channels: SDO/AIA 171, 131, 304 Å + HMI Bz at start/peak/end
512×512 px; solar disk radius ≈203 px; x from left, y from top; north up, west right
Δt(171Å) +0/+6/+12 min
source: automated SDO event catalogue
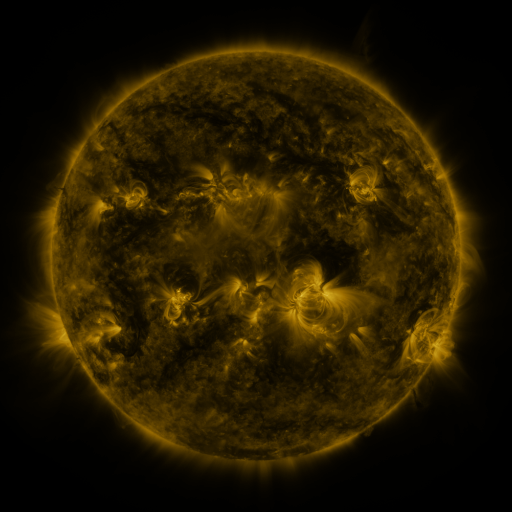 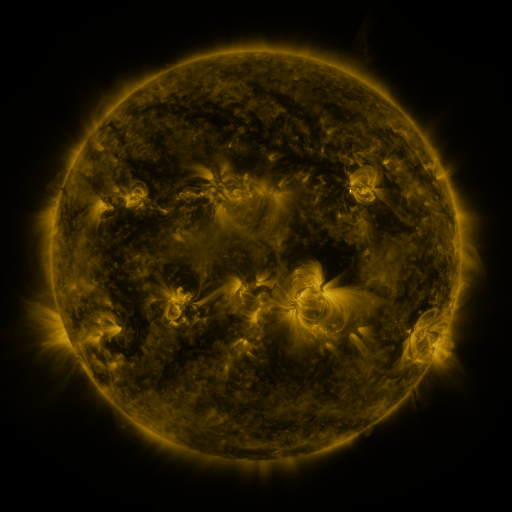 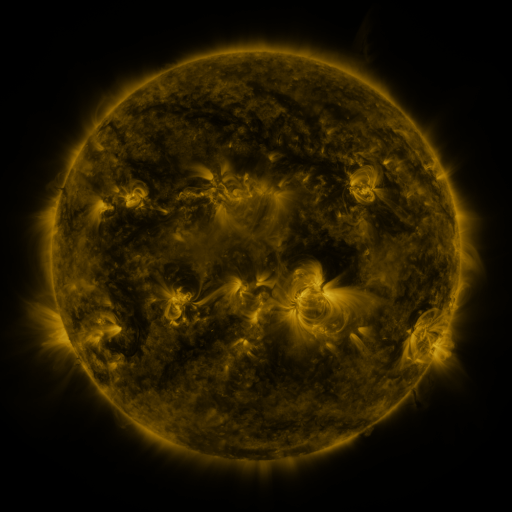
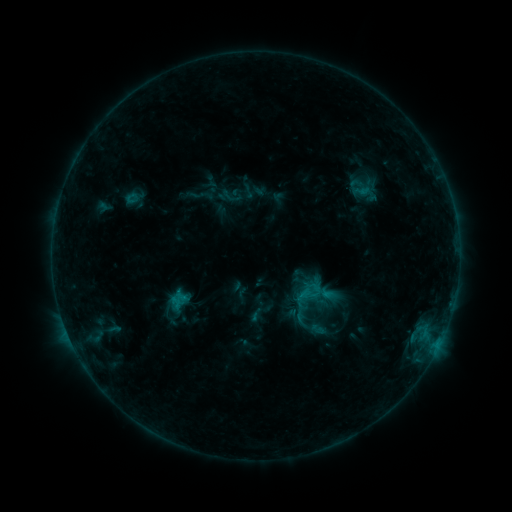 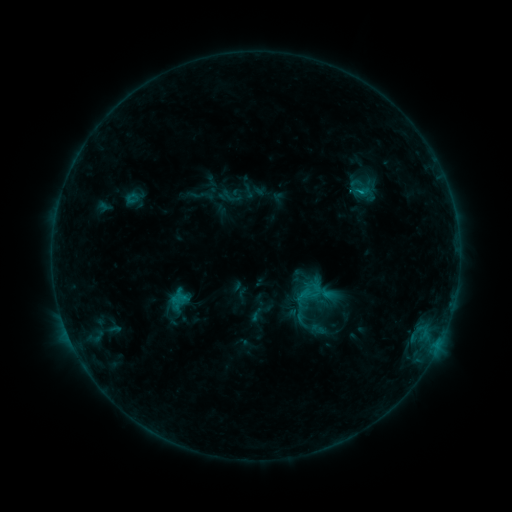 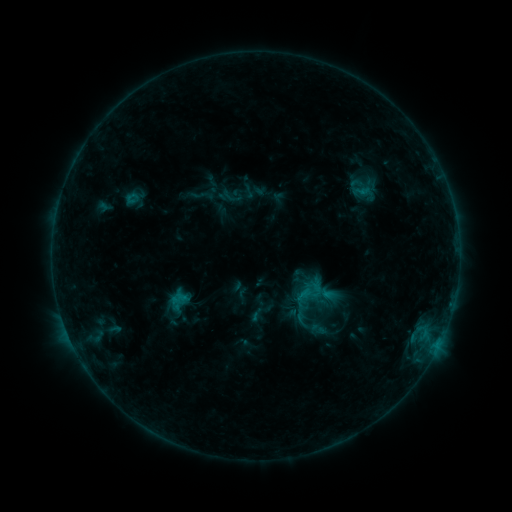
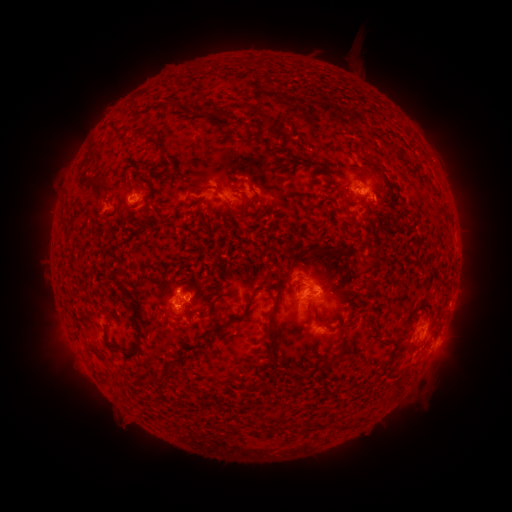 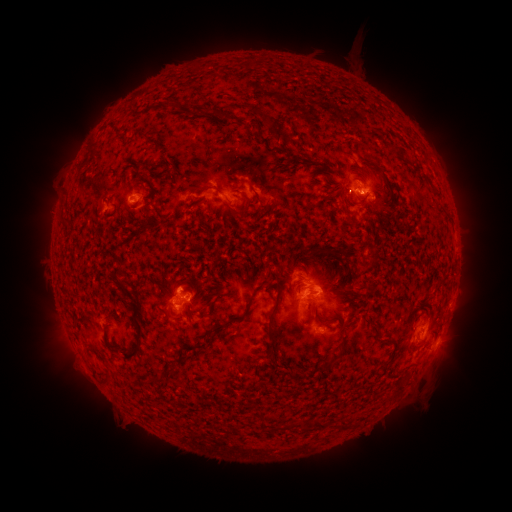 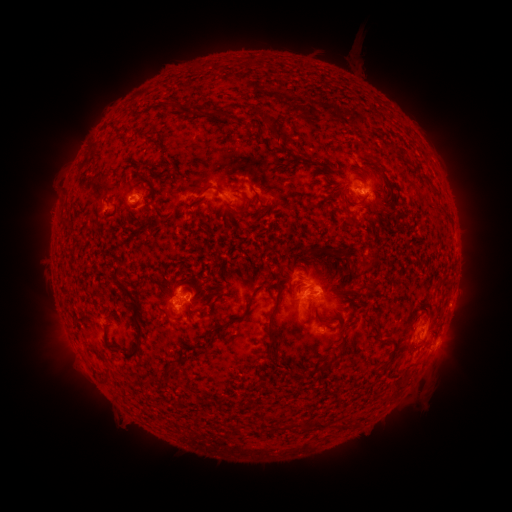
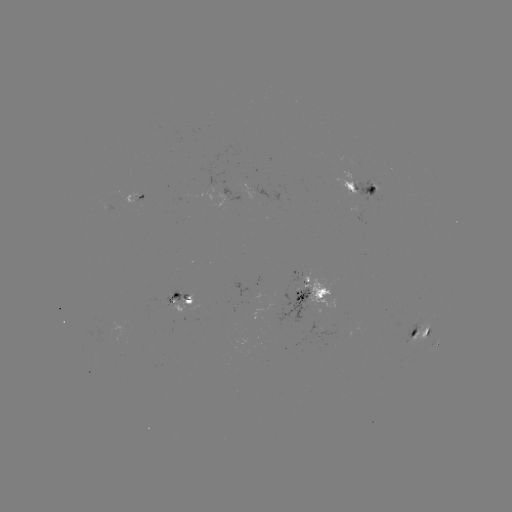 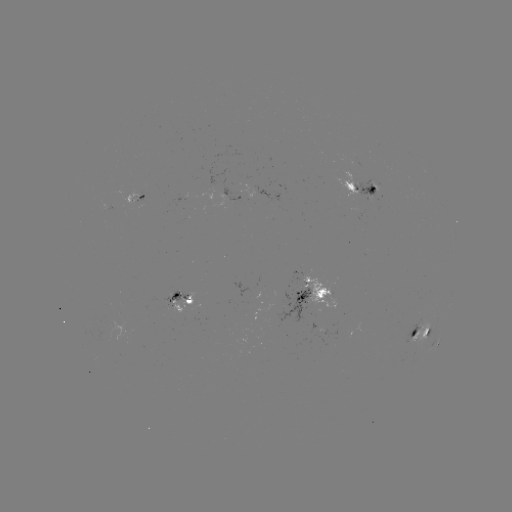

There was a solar flare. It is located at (181, 289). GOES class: C1.0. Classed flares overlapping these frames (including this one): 1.